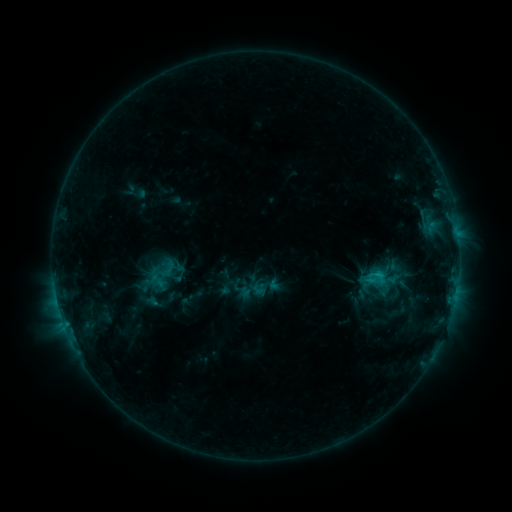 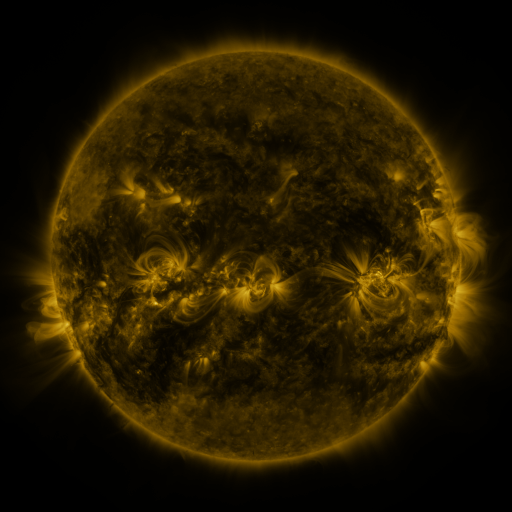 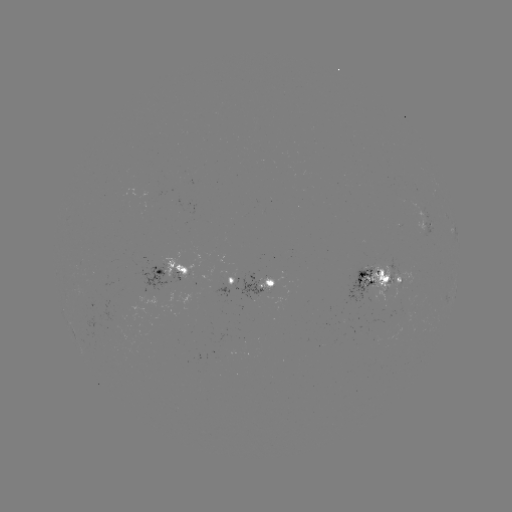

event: sigmoid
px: (162, 279)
